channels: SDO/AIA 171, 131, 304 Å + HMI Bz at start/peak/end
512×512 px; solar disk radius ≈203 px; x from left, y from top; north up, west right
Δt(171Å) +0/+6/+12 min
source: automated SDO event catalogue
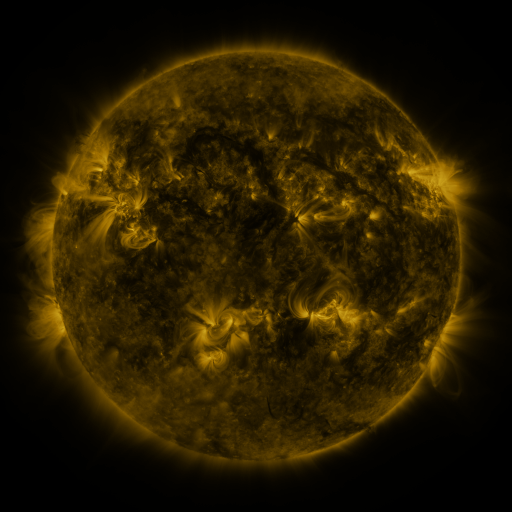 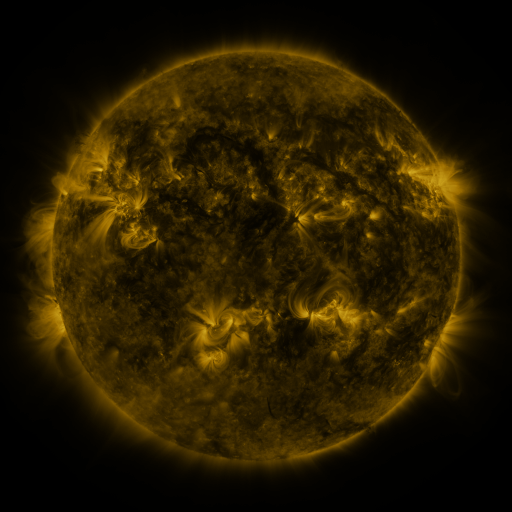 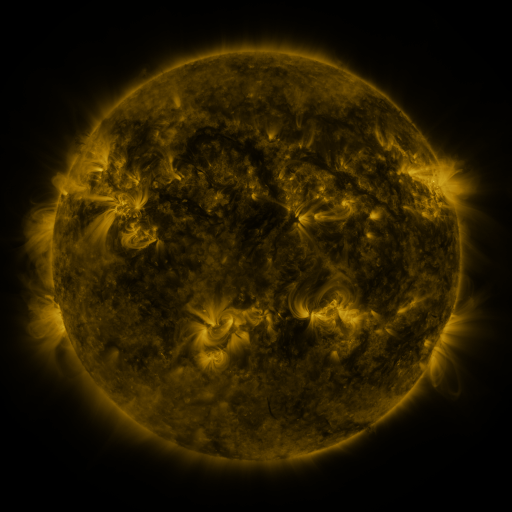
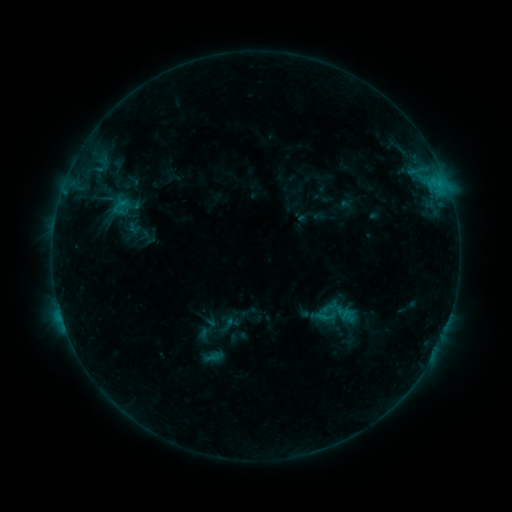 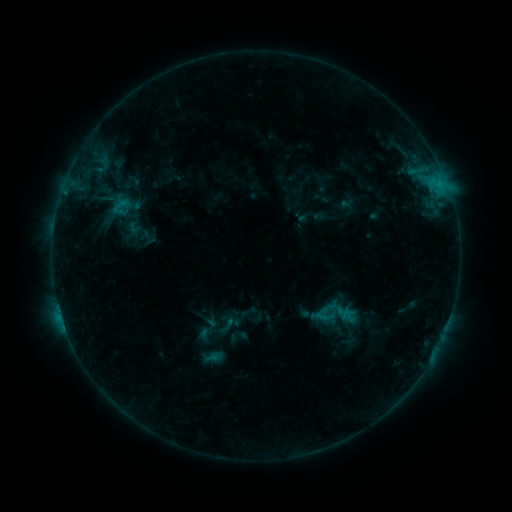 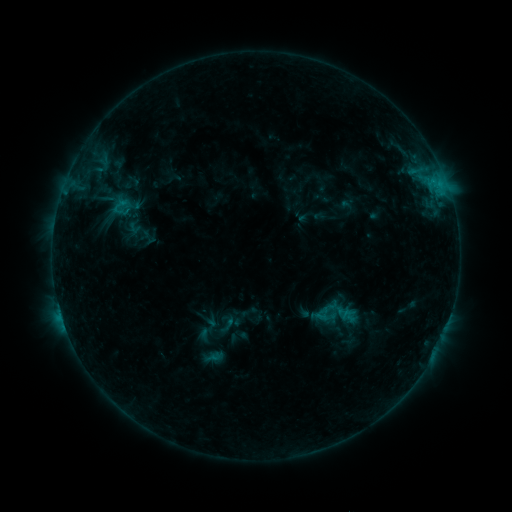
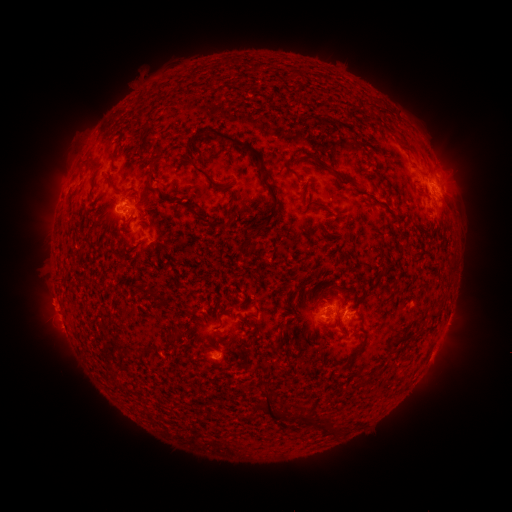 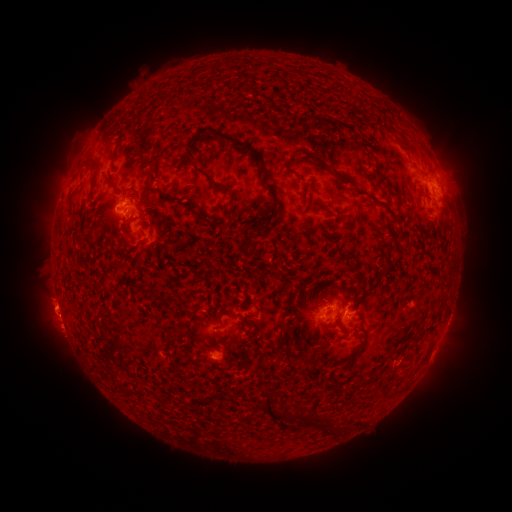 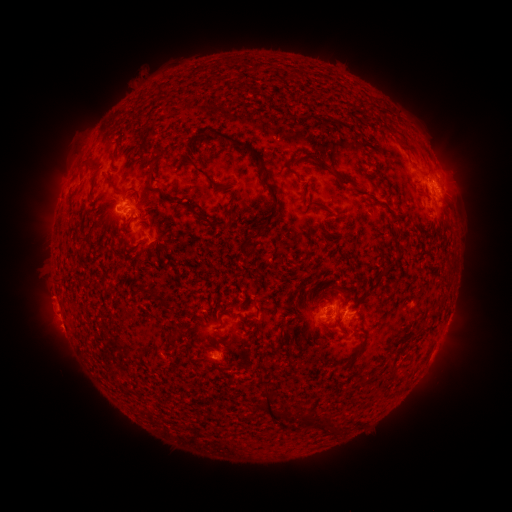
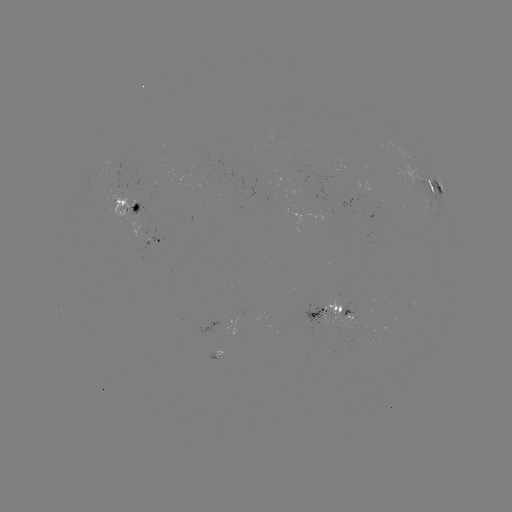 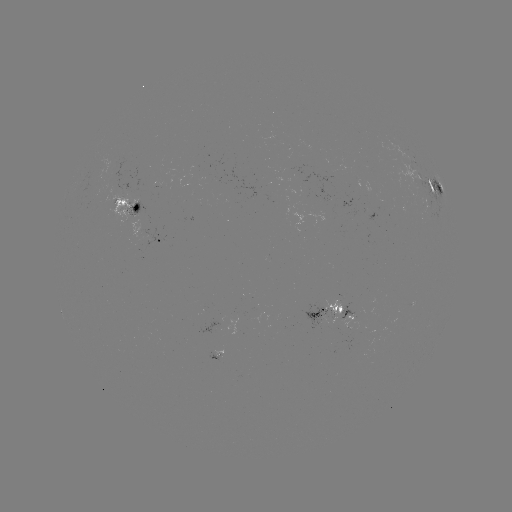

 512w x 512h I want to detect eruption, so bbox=[21, 278, 76, 334].